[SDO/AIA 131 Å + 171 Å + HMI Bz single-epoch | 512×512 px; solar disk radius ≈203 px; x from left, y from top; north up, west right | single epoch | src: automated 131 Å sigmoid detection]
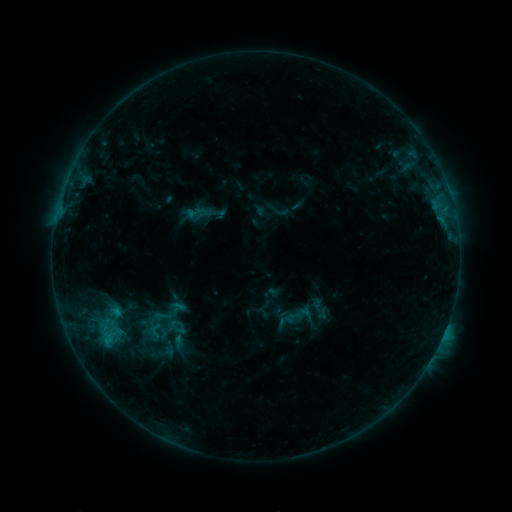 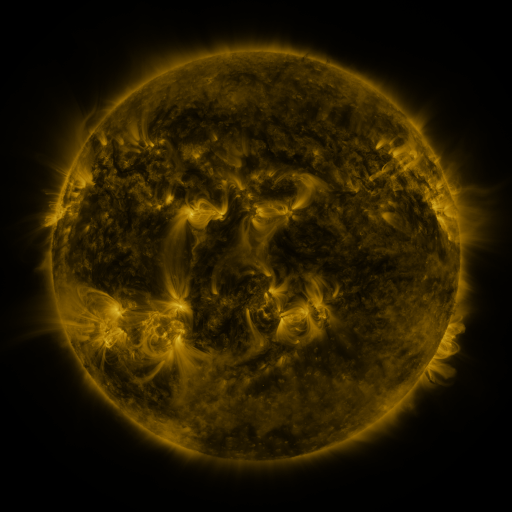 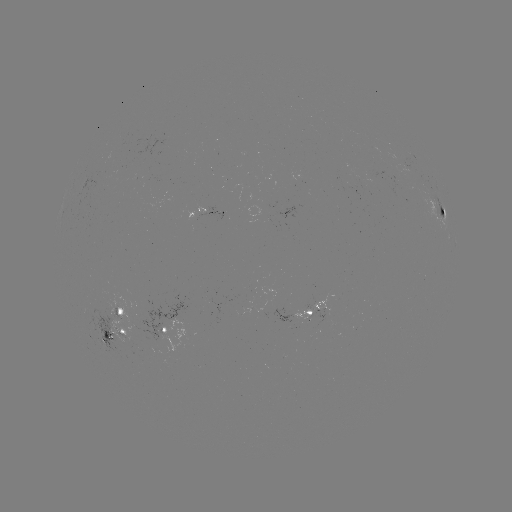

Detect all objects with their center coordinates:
sigmoid: <bbox>149, 306, 176, 326</bbox>
